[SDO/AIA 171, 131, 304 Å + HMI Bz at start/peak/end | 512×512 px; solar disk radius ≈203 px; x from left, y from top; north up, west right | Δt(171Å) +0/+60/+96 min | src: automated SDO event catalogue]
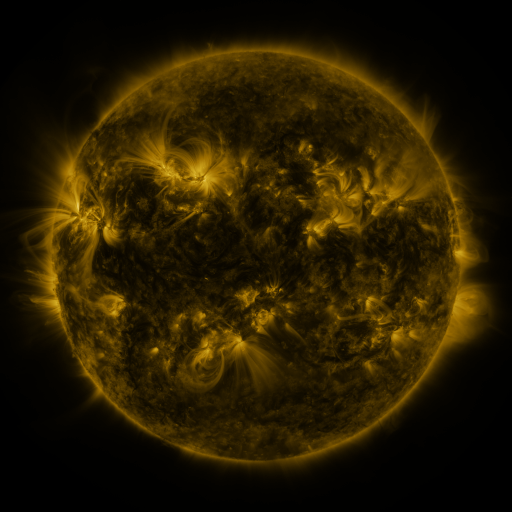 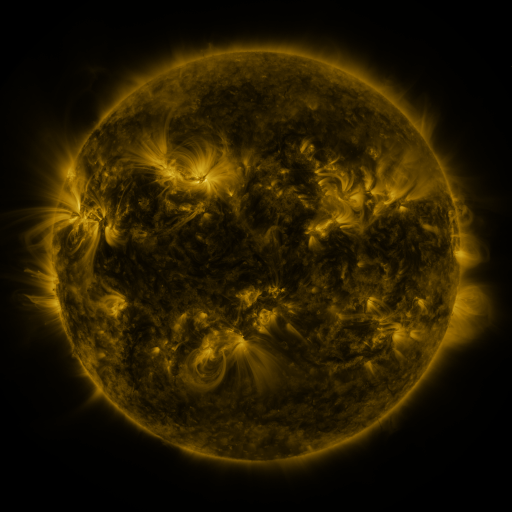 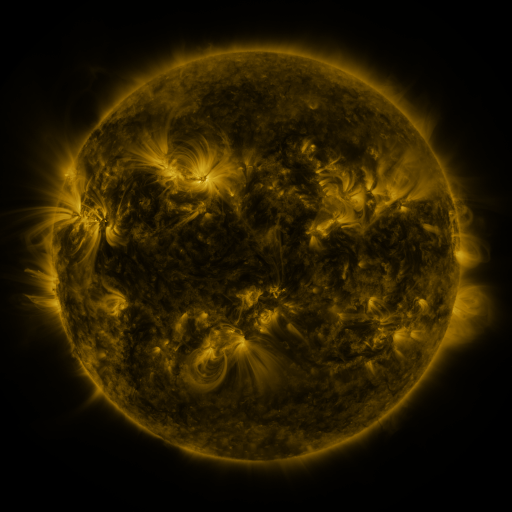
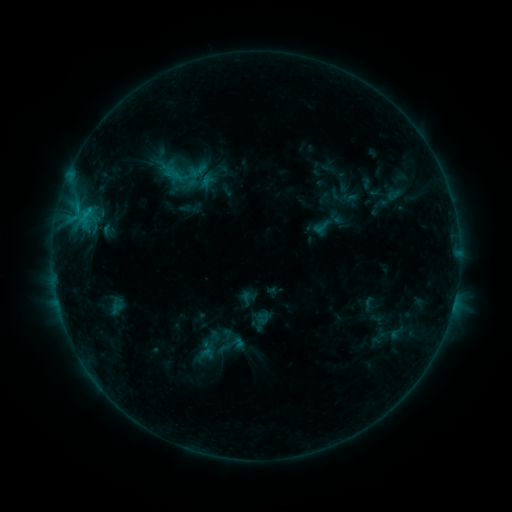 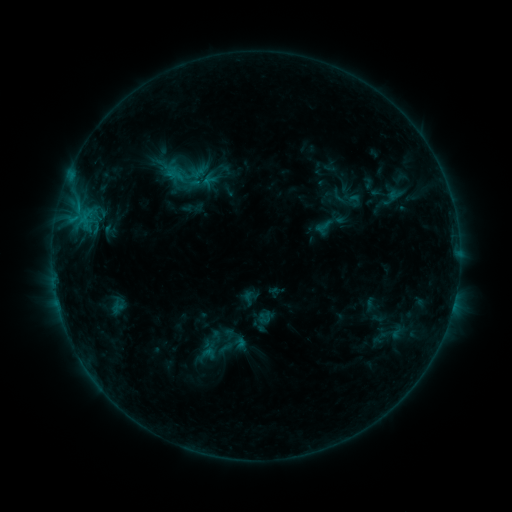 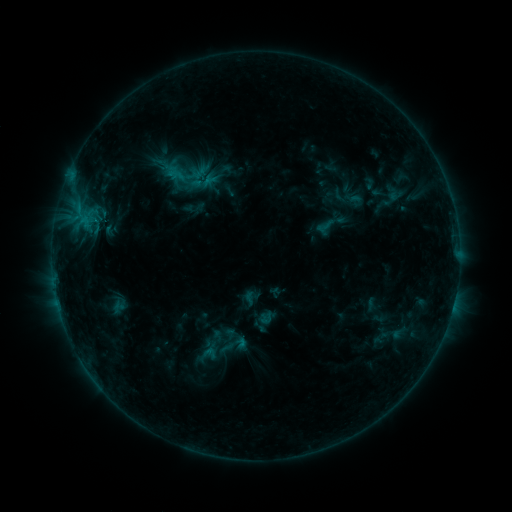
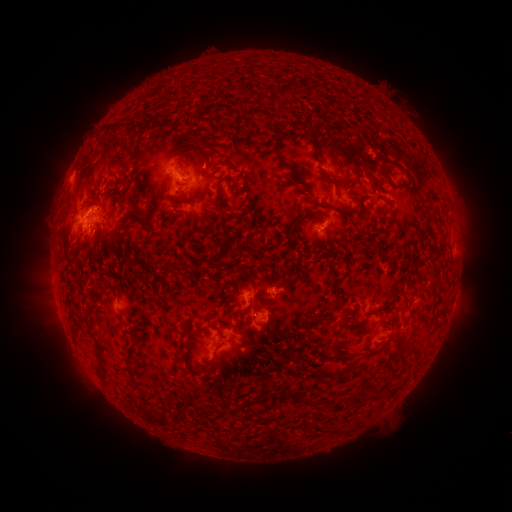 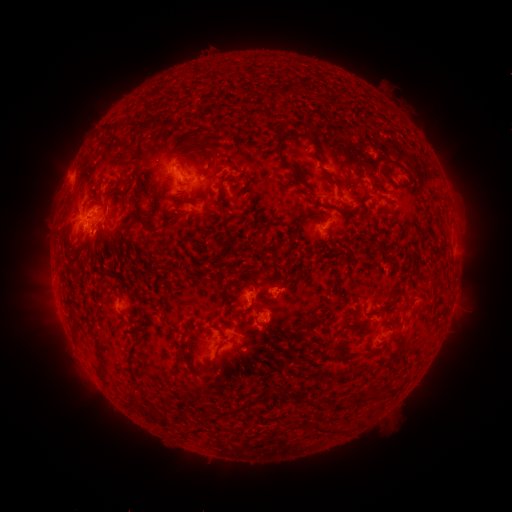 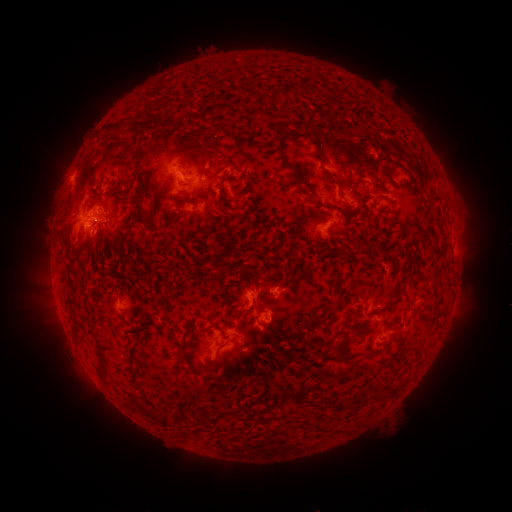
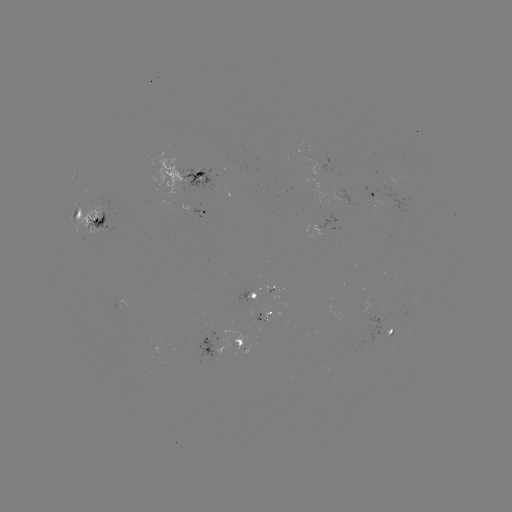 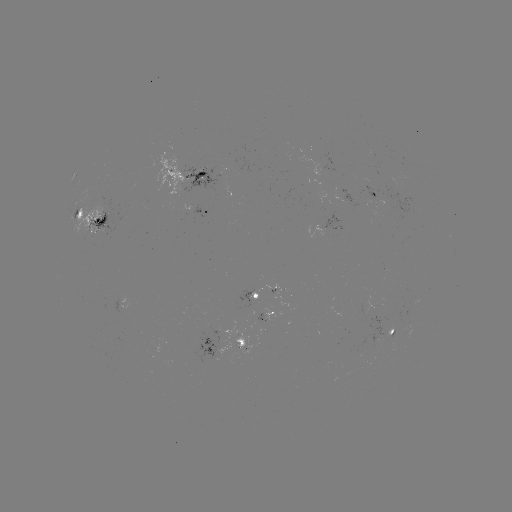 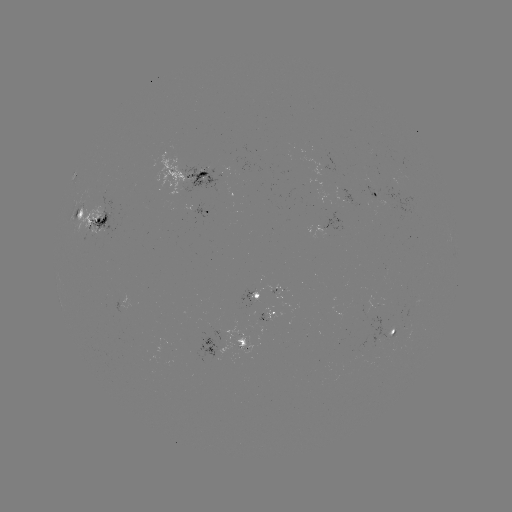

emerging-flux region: (249, 286, 280, 303)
